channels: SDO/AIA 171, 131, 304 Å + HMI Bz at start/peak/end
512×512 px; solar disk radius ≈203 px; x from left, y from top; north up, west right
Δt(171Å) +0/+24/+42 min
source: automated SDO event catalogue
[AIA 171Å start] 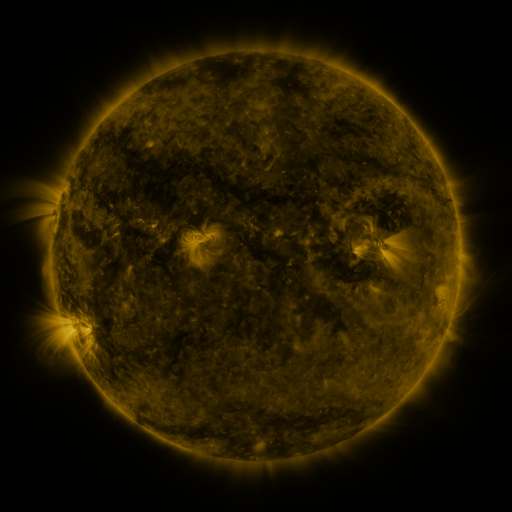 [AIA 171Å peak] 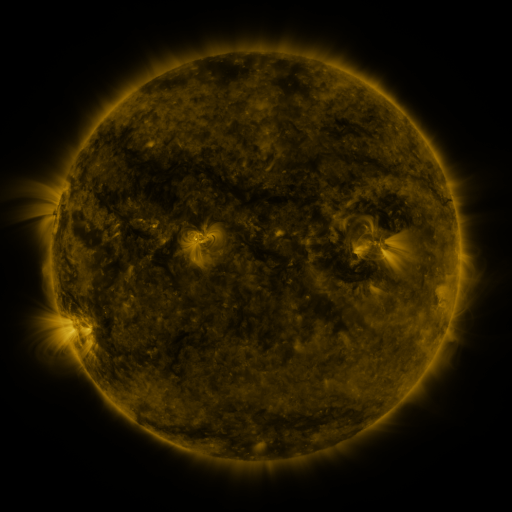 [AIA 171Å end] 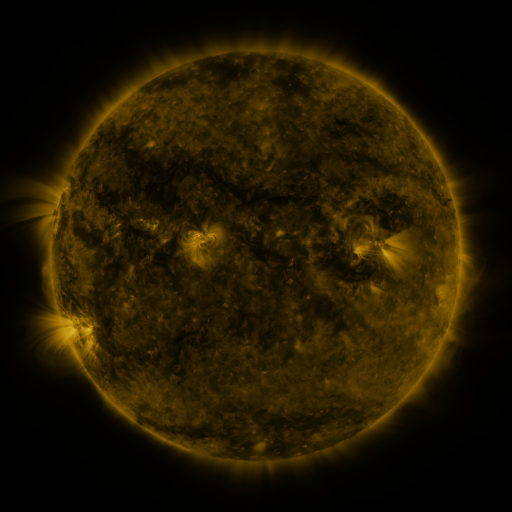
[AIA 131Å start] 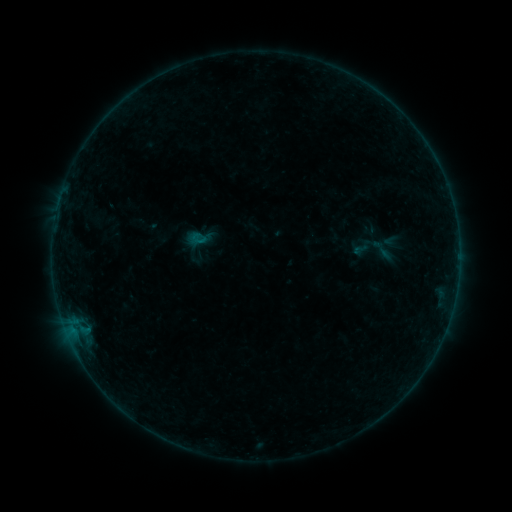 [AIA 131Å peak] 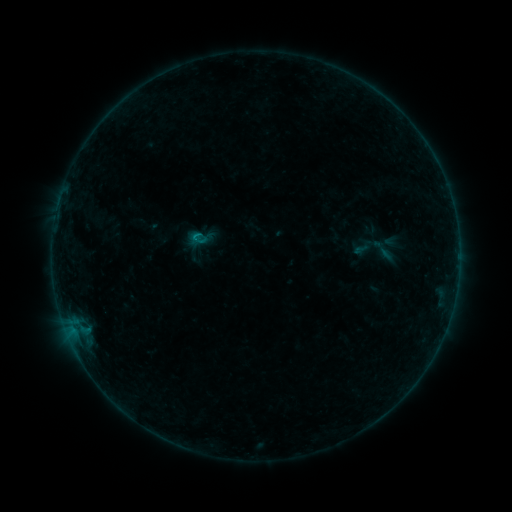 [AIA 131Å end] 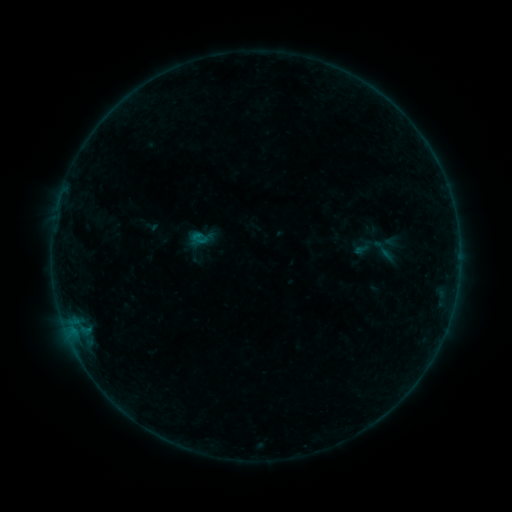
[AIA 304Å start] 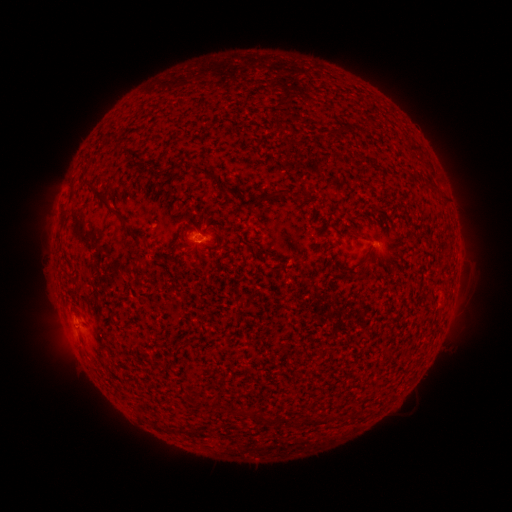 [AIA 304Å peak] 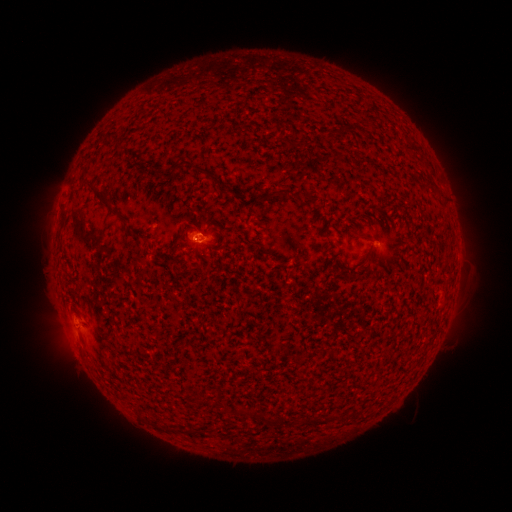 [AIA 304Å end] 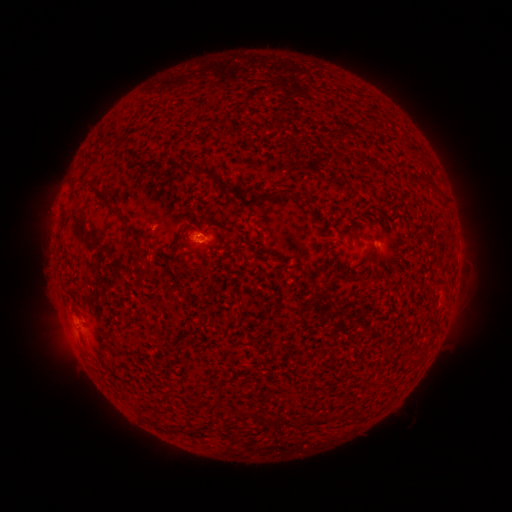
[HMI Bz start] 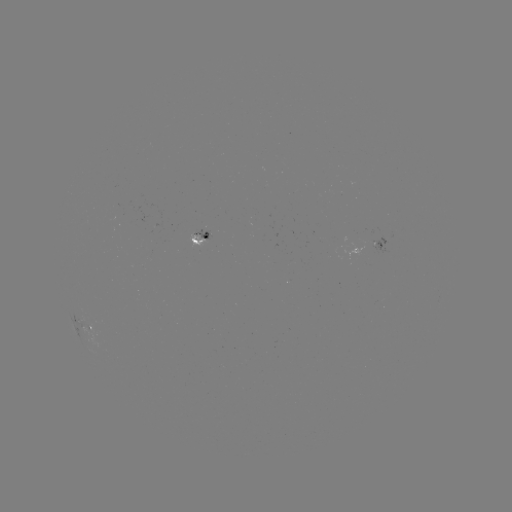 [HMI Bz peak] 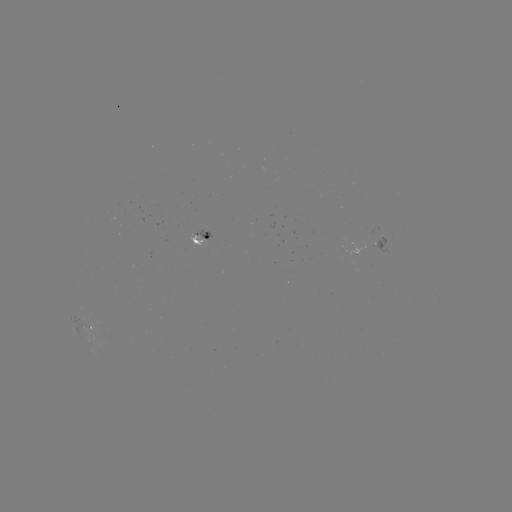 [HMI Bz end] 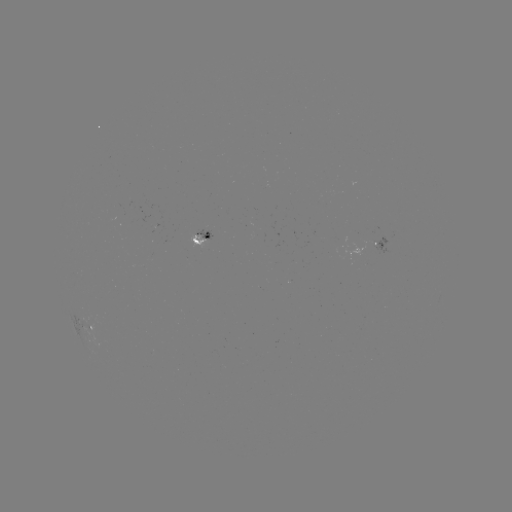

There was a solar flare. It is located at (197, 237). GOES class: B2.2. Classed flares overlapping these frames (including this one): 1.